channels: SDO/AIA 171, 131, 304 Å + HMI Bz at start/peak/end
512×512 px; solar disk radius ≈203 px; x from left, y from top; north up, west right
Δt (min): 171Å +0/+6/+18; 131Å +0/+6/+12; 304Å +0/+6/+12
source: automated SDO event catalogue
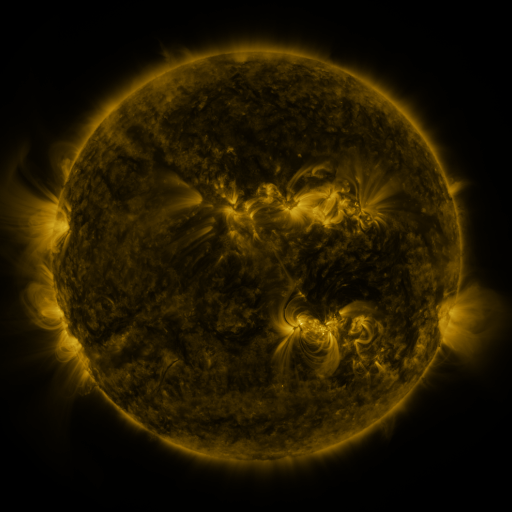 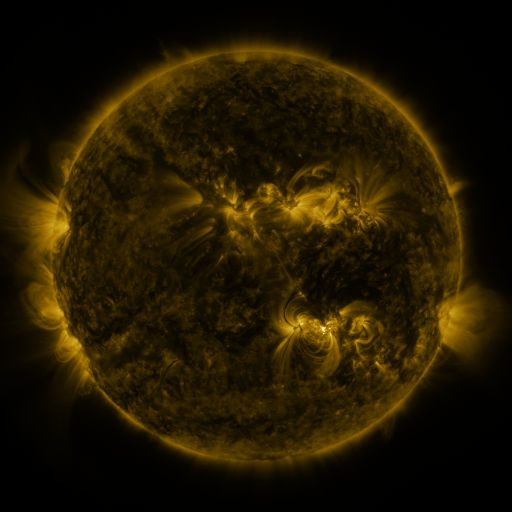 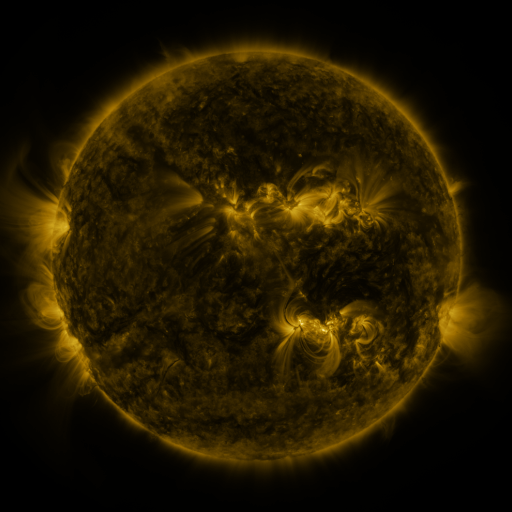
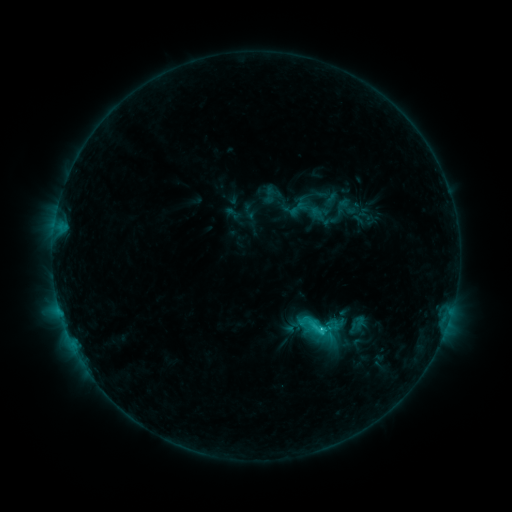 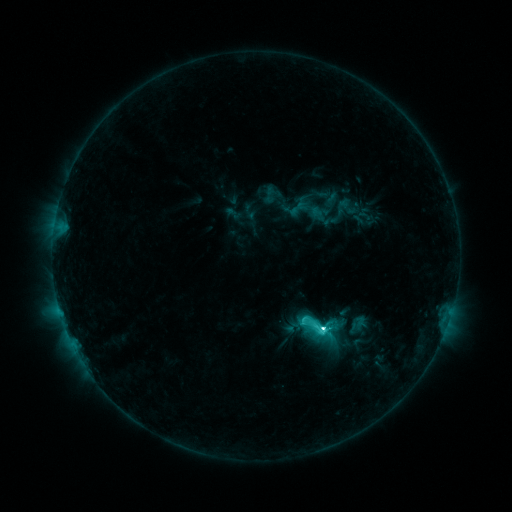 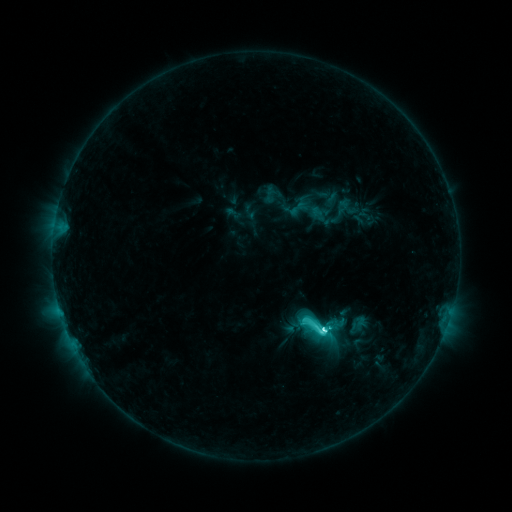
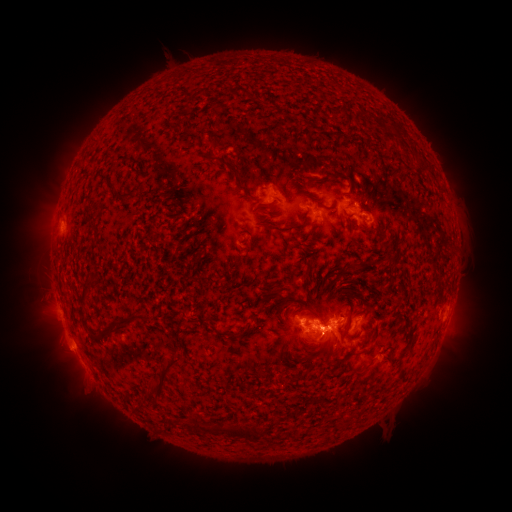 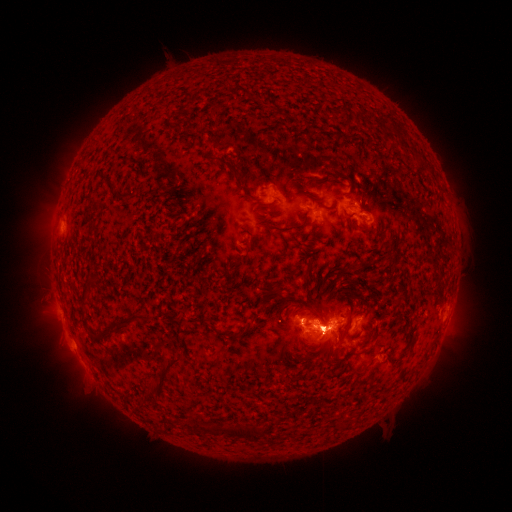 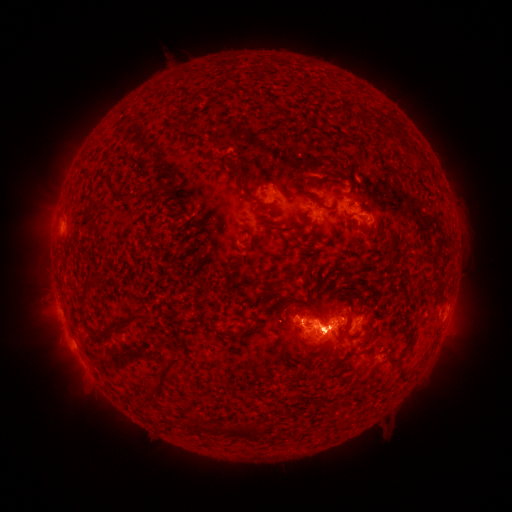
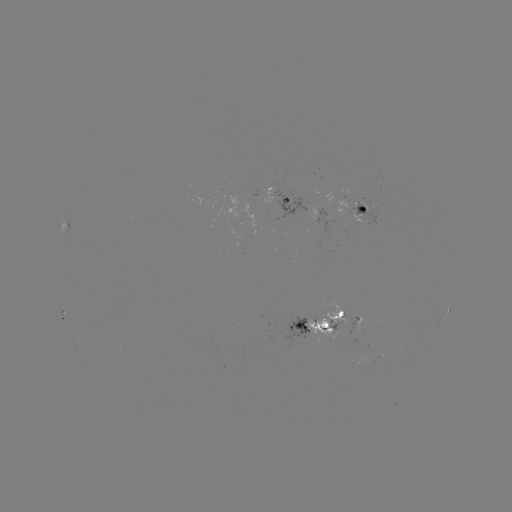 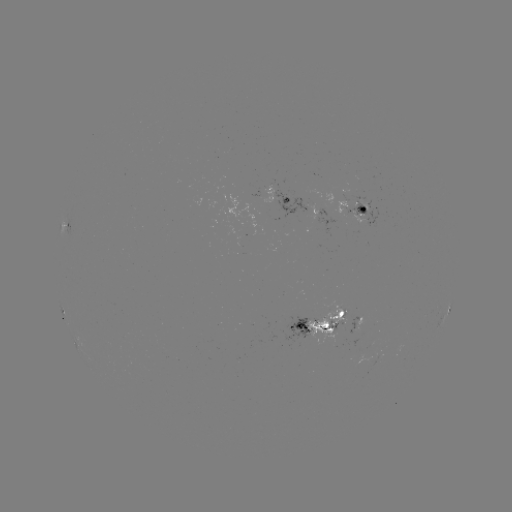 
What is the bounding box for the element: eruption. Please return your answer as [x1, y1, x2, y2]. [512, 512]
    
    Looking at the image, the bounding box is [440, 285, 480, 358].